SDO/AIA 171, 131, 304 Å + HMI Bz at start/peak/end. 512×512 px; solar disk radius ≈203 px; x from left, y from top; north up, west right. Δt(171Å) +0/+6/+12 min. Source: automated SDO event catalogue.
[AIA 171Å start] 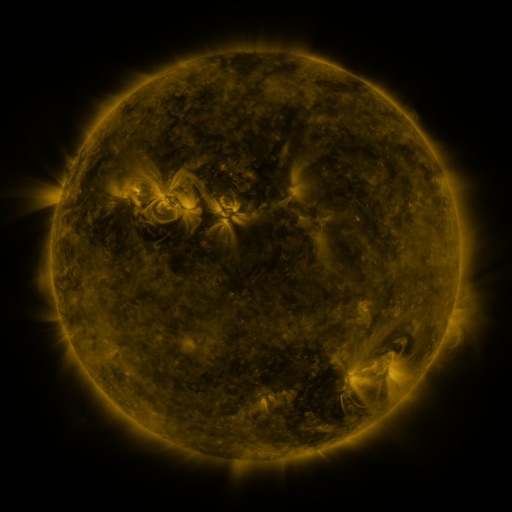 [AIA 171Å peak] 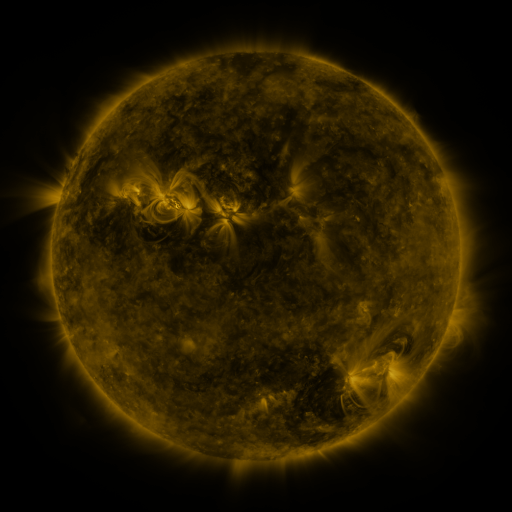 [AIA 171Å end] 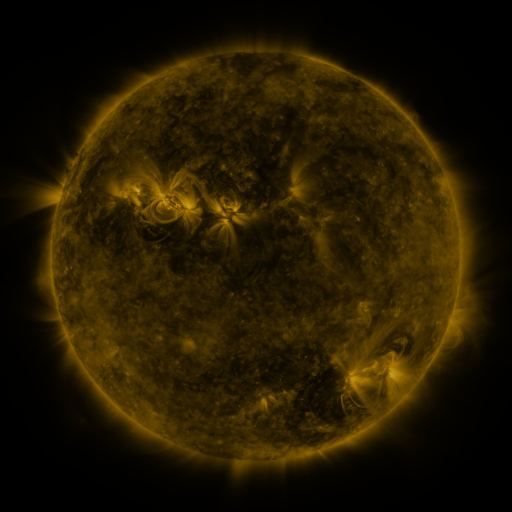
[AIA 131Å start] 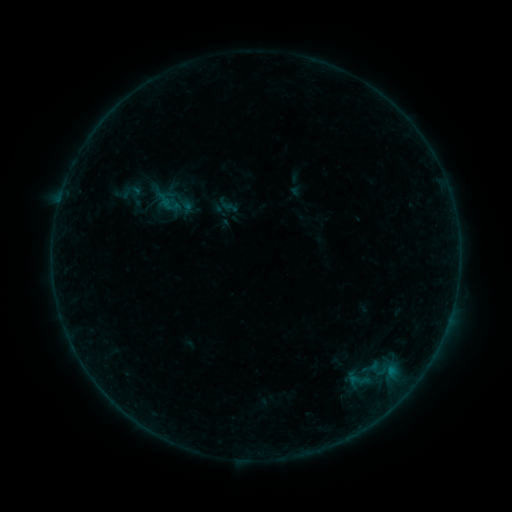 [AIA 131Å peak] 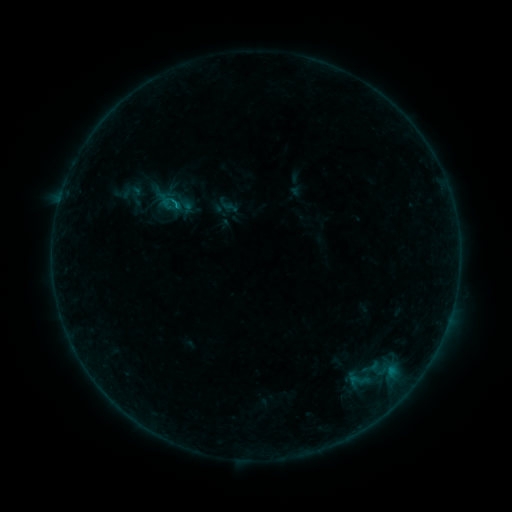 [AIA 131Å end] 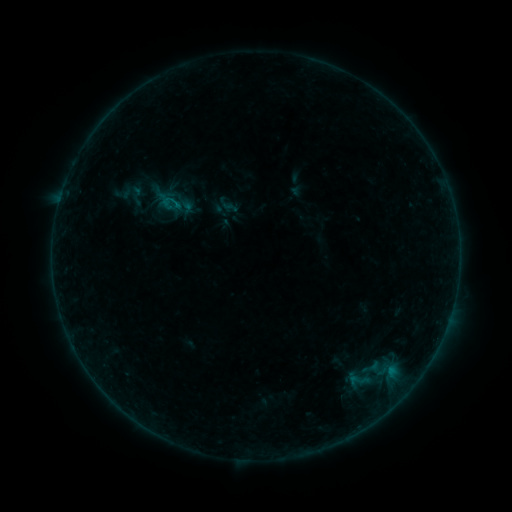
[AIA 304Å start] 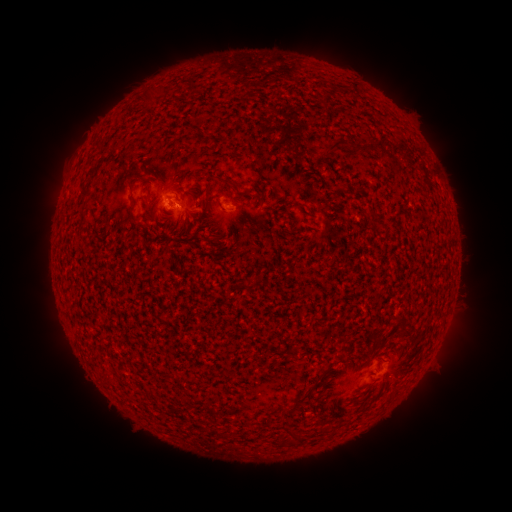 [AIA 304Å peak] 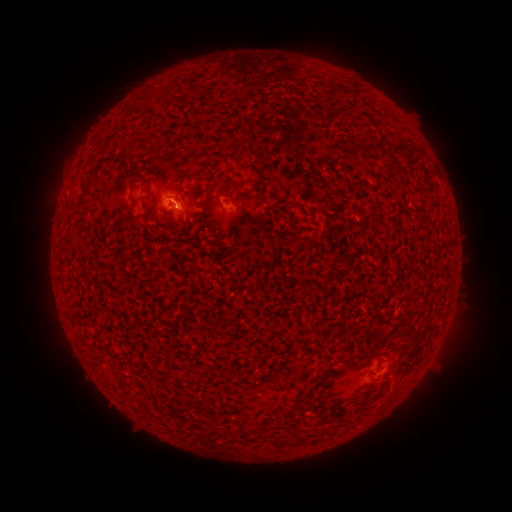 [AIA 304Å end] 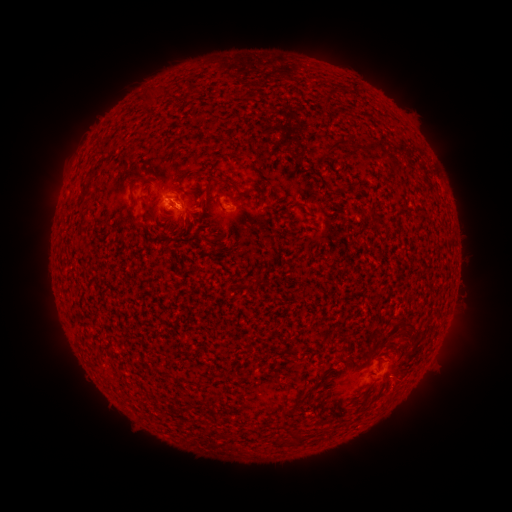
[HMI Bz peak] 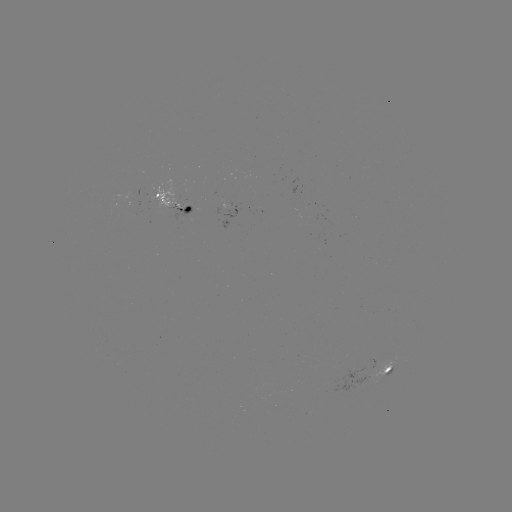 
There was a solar flare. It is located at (178, 207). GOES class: B3.0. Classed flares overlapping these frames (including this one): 1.